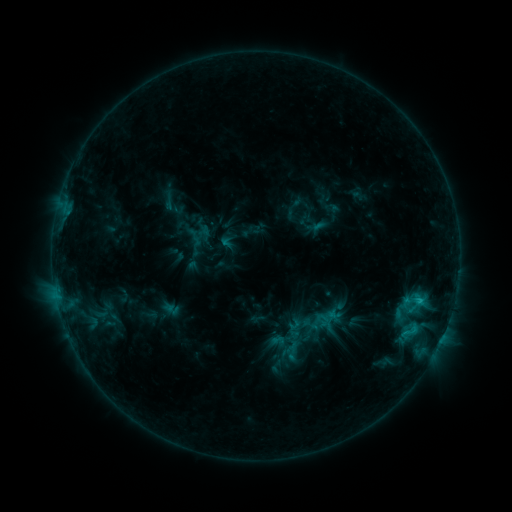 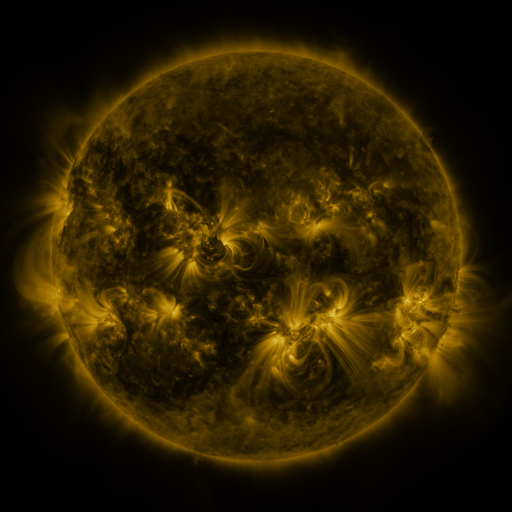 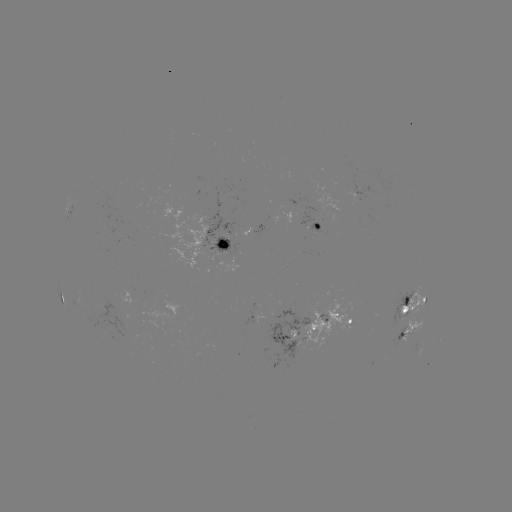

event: sigmoid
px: (413, 302)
